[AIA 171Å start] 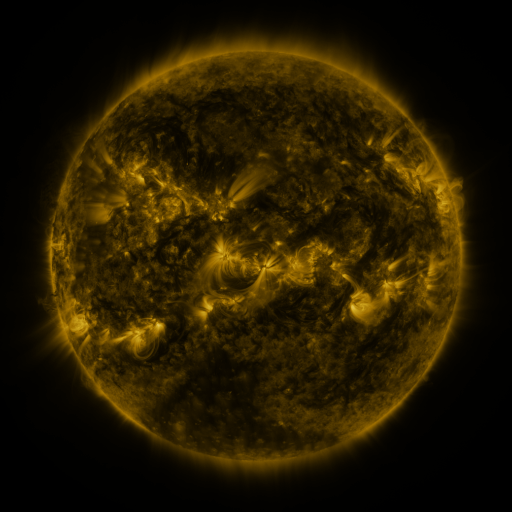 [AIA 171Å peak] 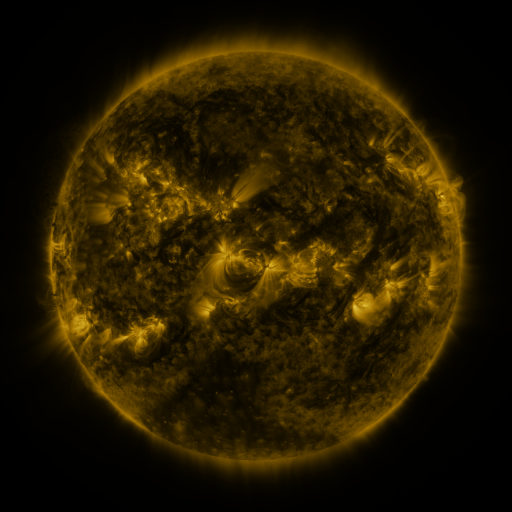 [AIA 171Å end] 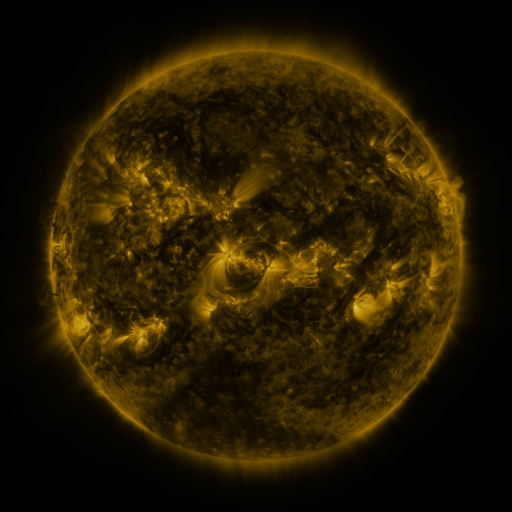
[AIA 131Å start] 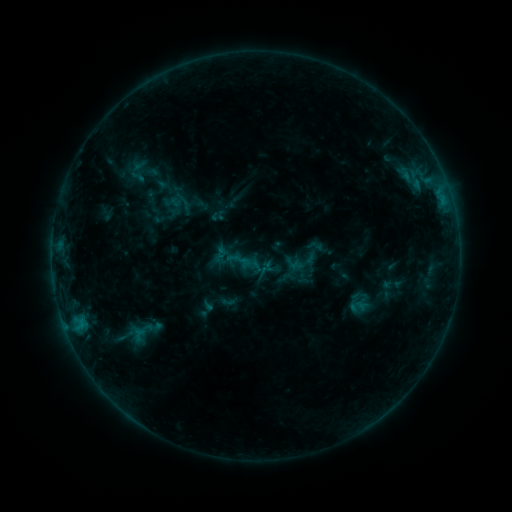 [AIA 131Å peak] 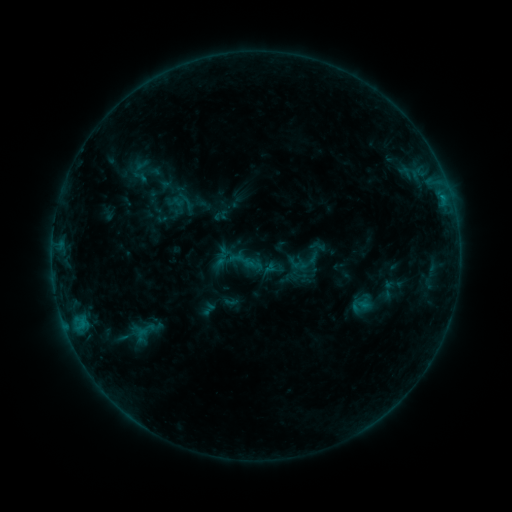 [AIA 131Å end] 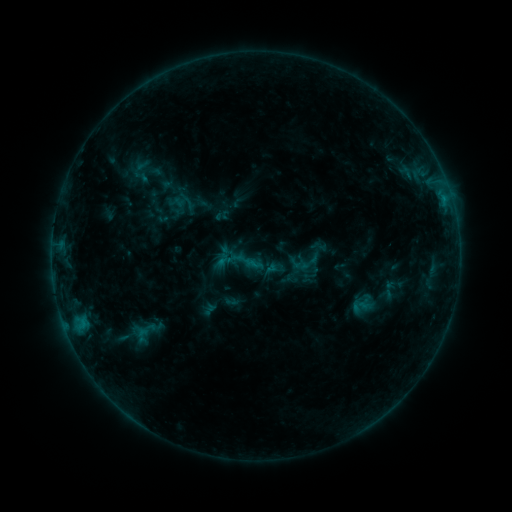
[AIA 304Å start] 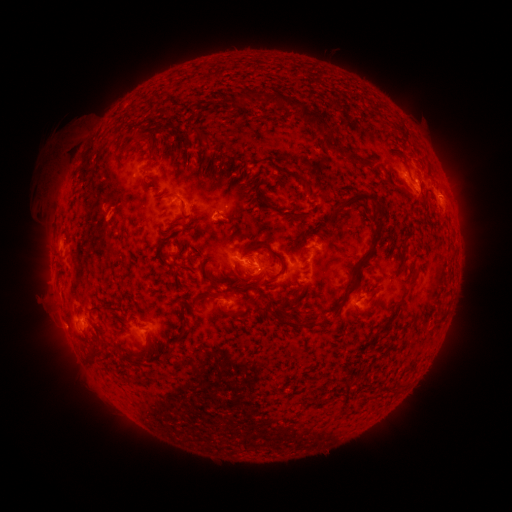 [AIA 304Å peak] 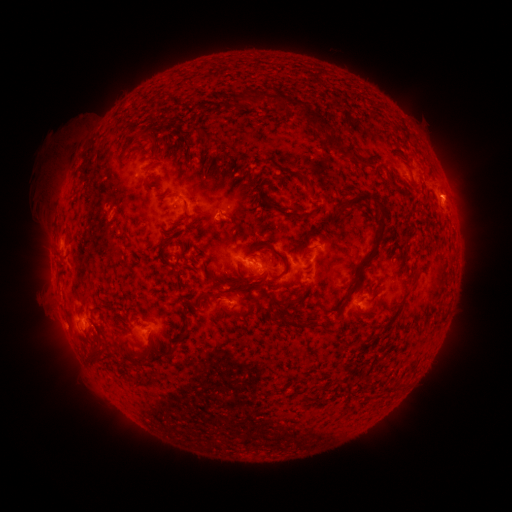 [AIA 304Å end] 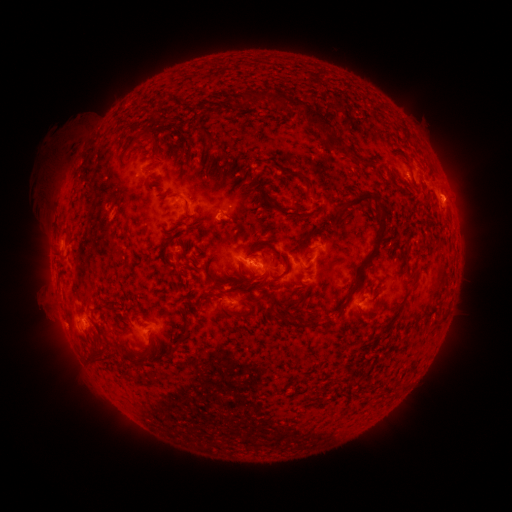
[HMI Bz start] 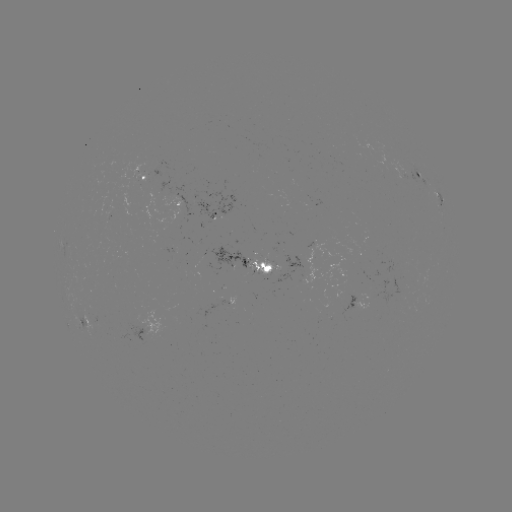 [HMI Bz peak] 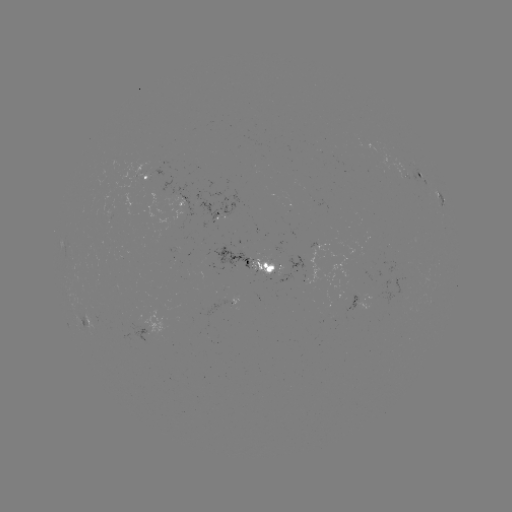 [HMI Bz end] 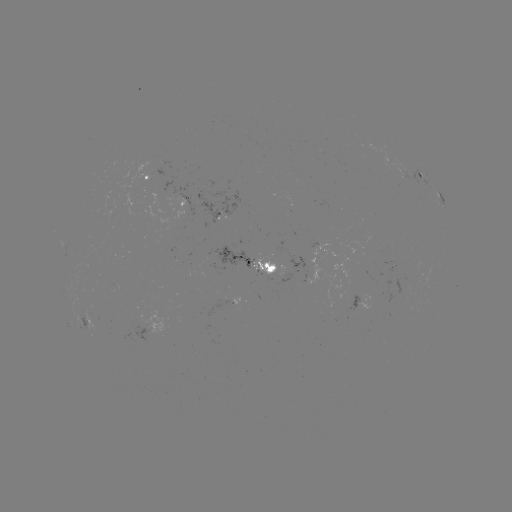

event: emerging-flux region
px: (272, 266)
